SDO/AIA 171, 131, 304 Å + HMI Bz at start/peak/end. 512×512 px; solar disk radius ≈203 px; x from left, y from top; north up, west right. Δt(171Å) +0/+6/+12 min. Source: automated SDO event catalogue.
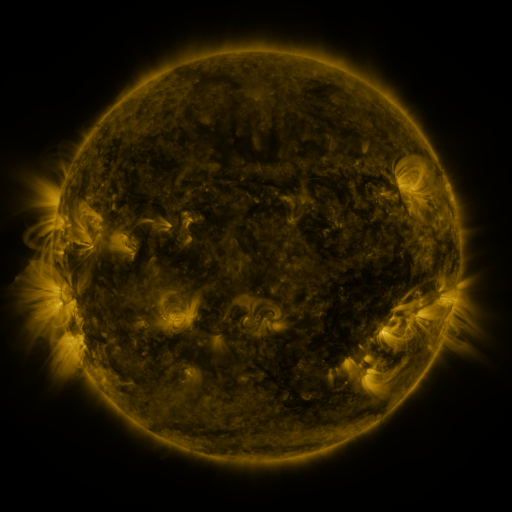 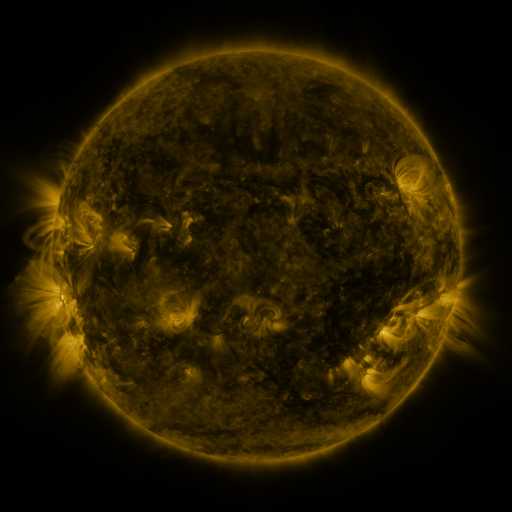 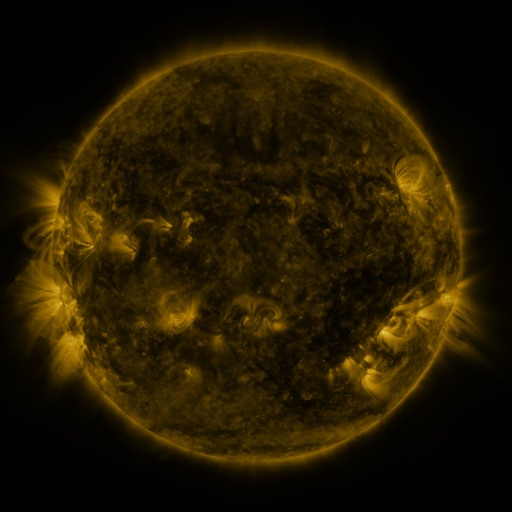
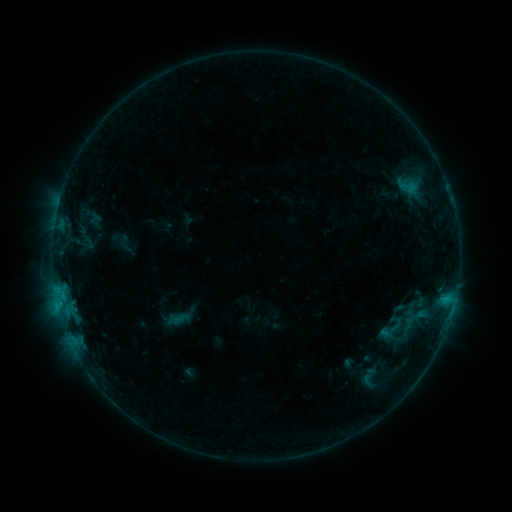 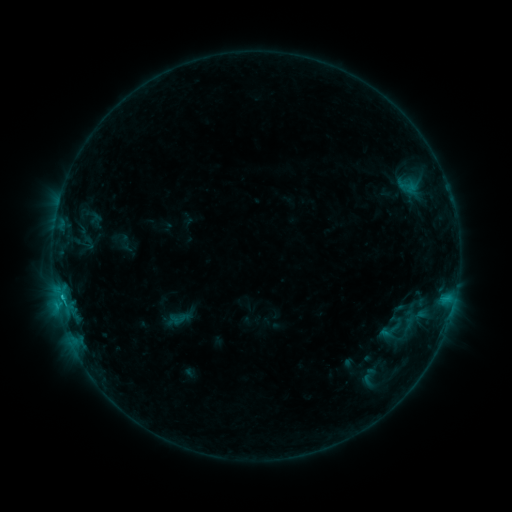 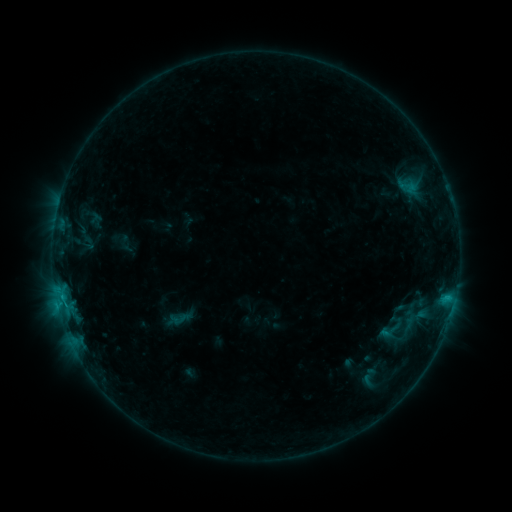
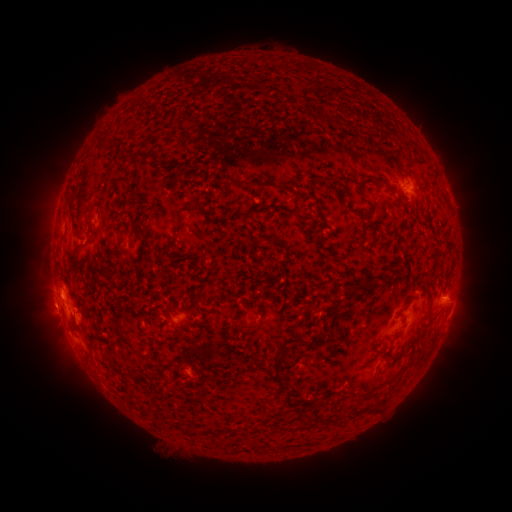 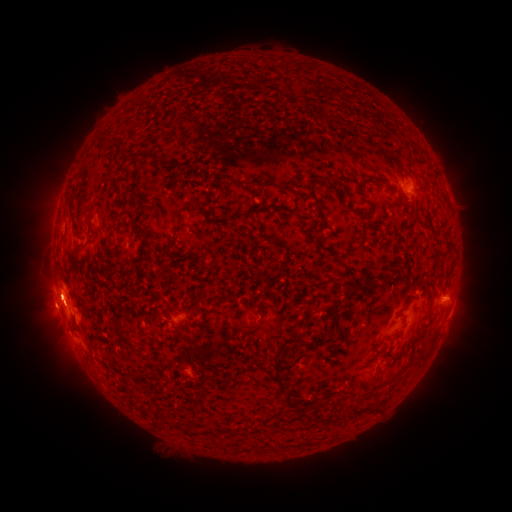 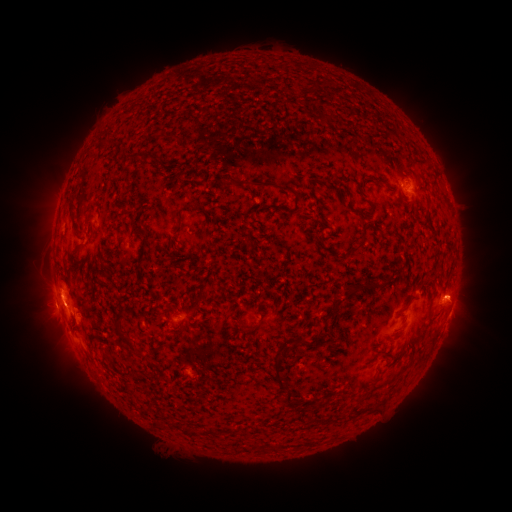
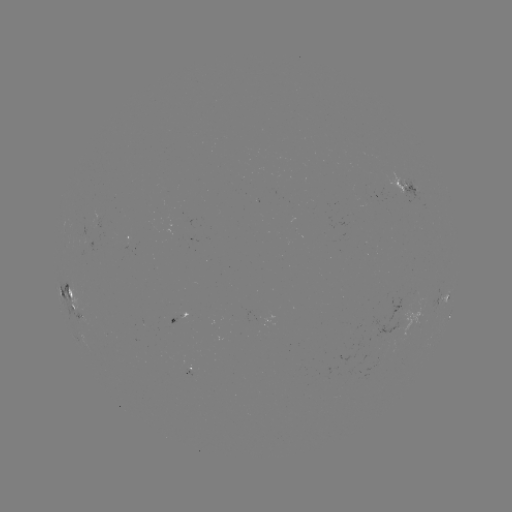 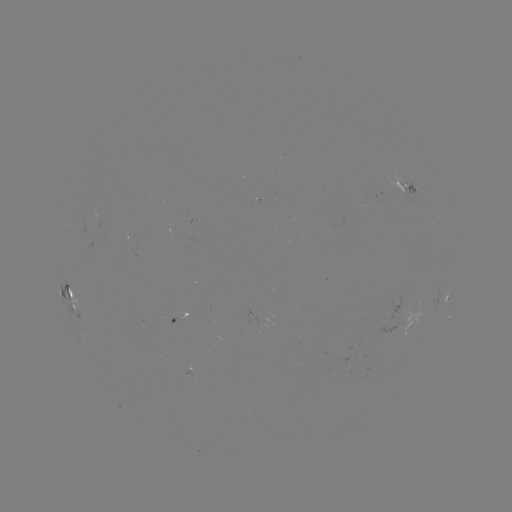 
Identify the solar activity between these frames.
eruption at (56, 300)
